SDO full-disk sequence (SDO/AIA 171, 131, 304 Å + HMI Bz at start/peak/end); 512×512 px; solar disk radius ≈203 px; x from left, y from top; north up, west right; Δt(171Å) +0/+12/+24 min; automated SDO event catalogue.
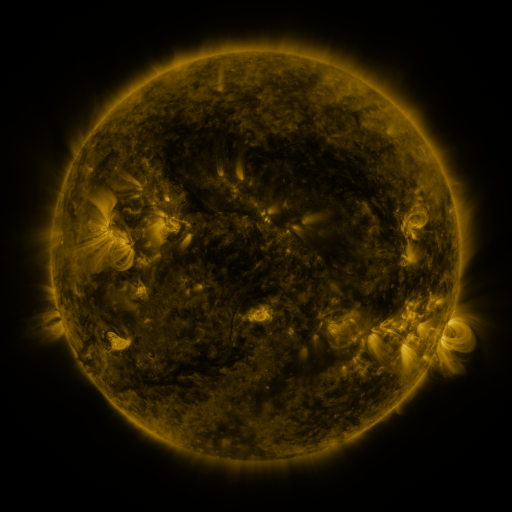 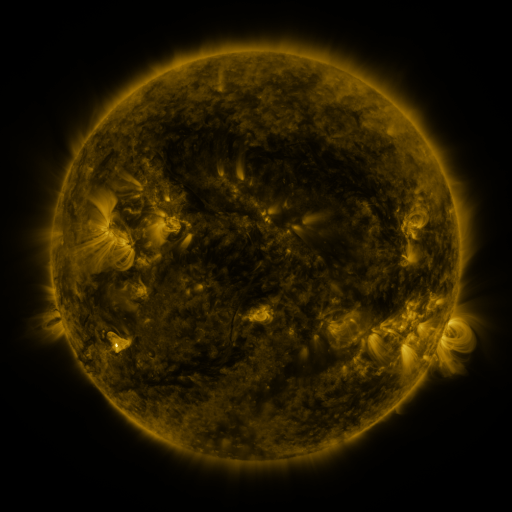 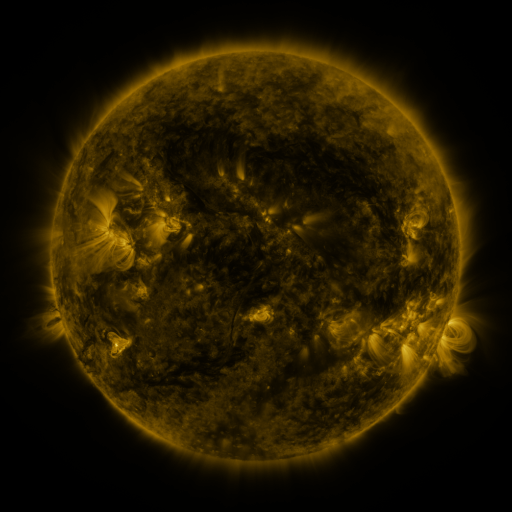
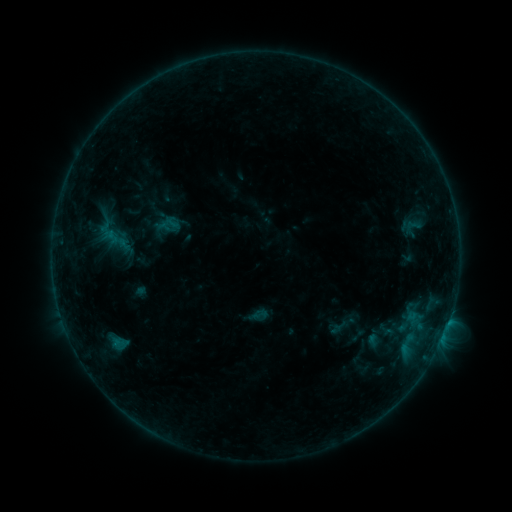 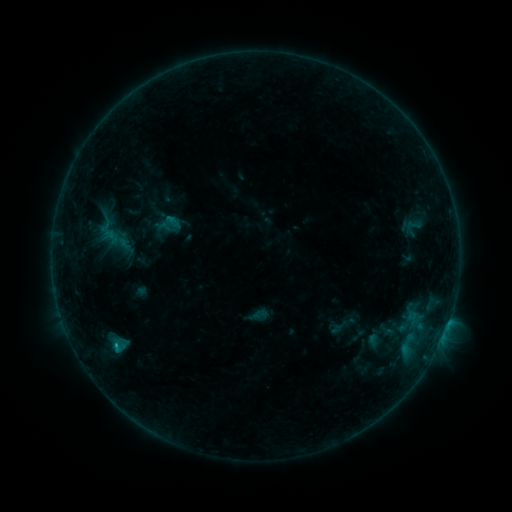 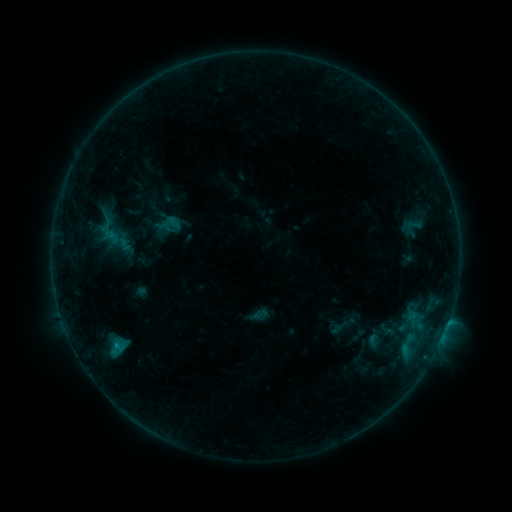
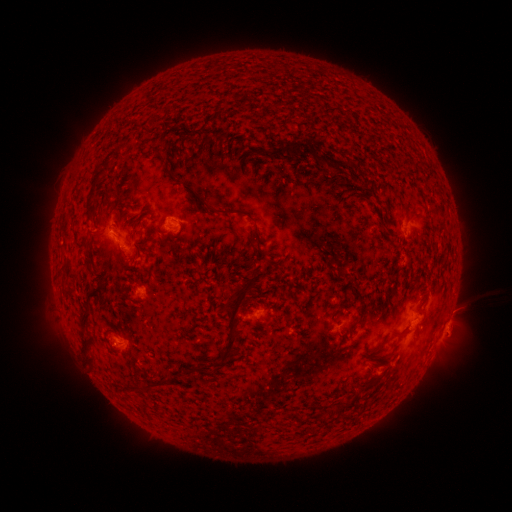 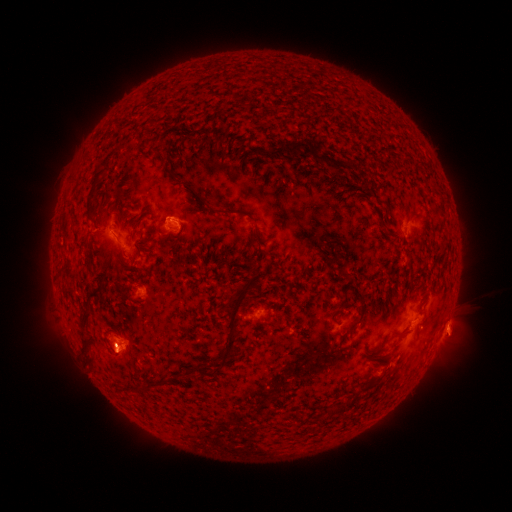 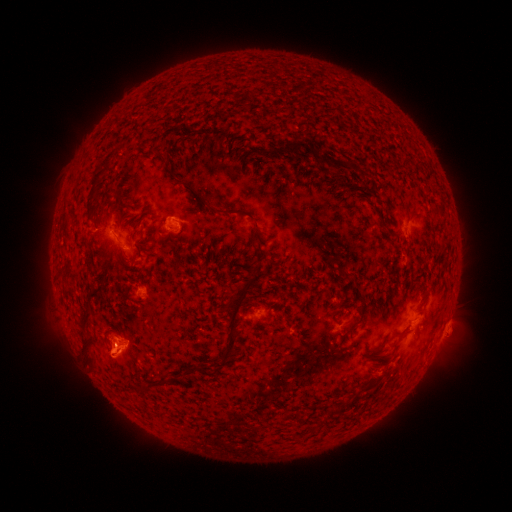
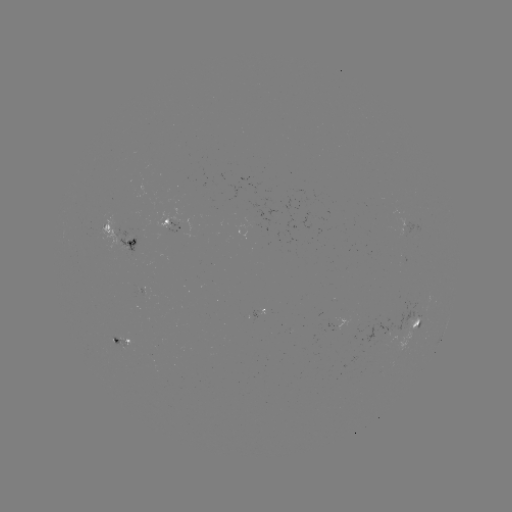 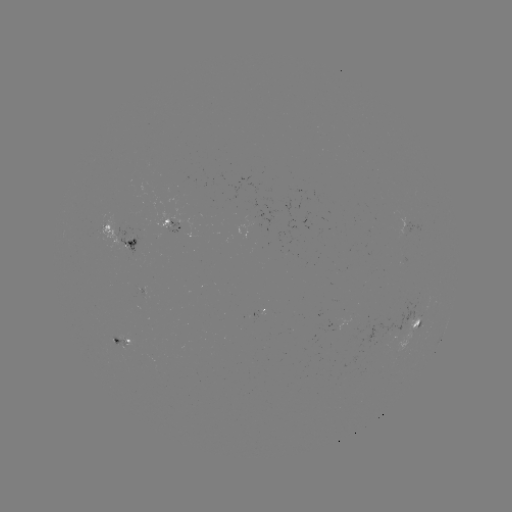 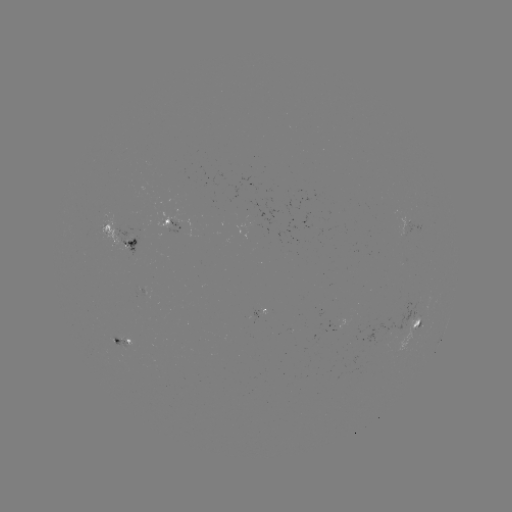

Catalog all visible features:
C1.3 flare: (116, 344)
